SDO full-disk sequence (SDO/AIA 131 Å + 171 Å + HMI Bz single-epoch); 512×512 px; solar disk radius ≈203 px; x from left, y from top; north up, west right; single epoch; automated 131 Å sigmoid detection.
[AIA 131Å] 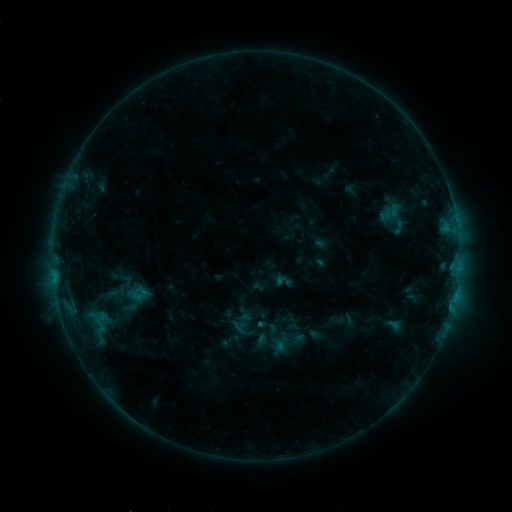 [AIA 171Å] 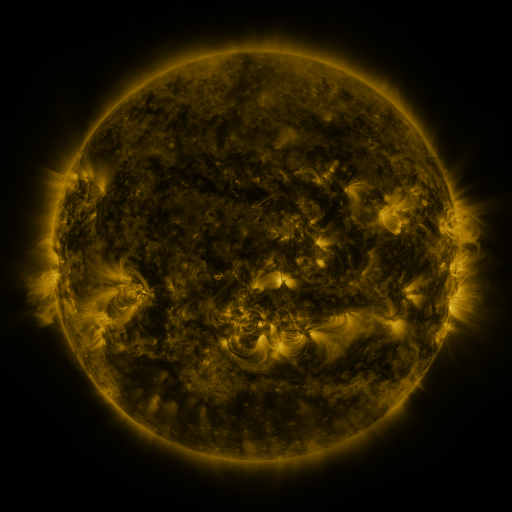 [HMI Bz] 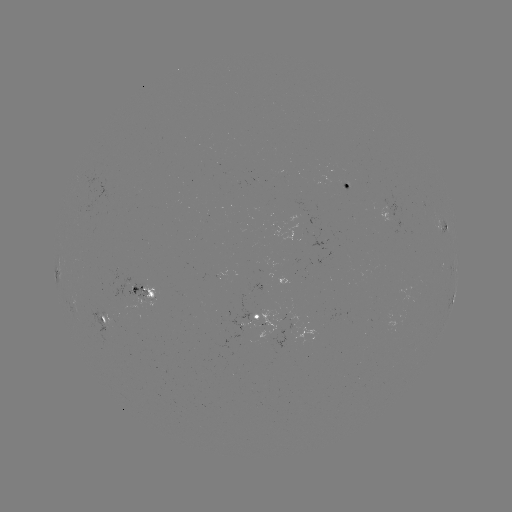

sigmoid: (235, 311, 254, 328)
